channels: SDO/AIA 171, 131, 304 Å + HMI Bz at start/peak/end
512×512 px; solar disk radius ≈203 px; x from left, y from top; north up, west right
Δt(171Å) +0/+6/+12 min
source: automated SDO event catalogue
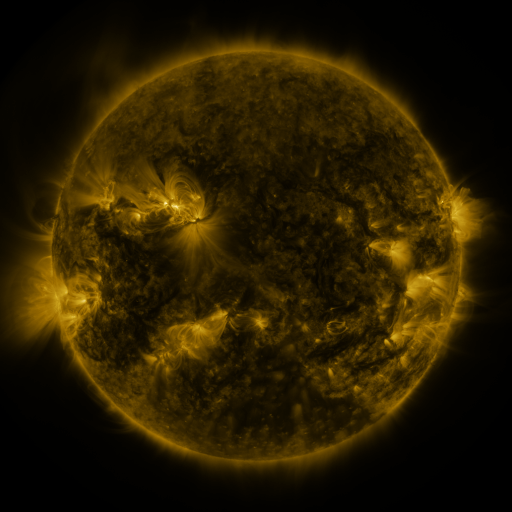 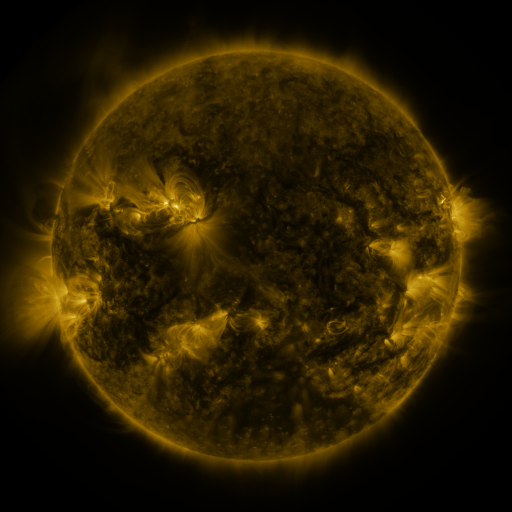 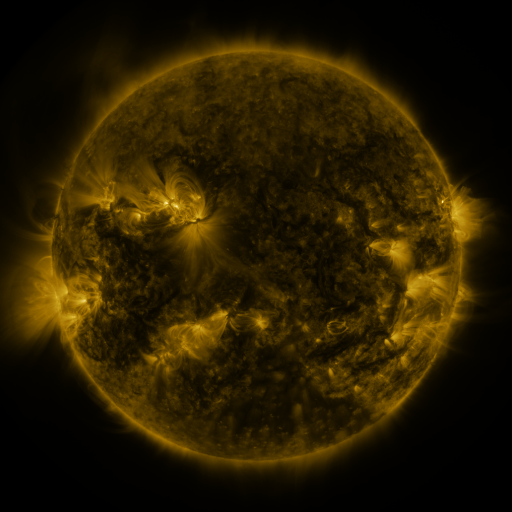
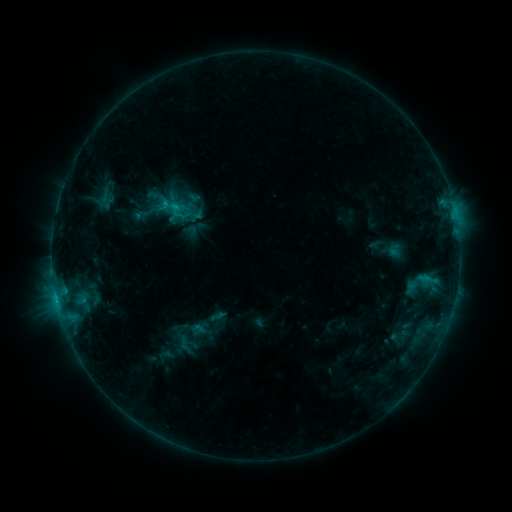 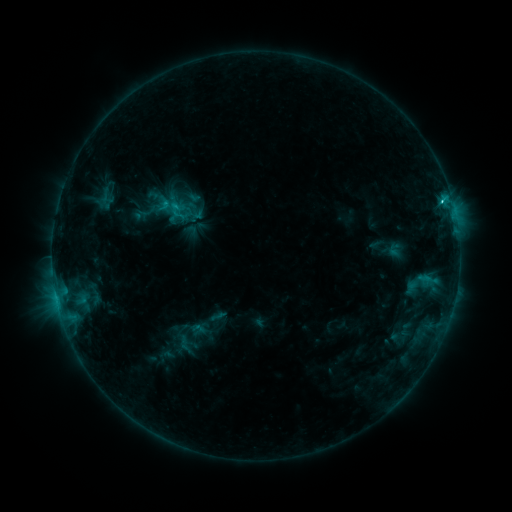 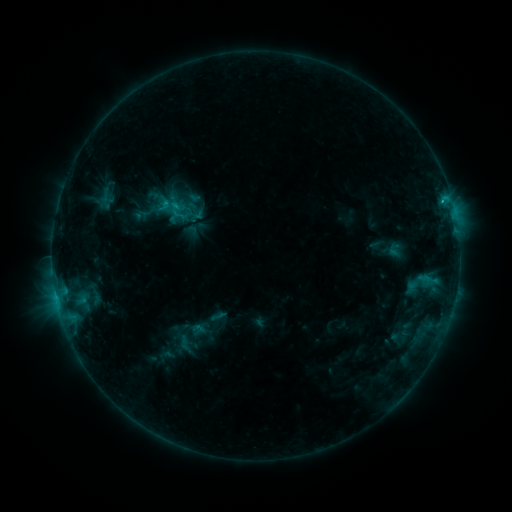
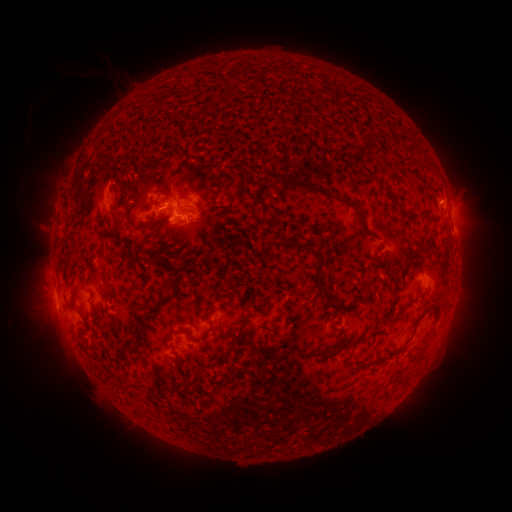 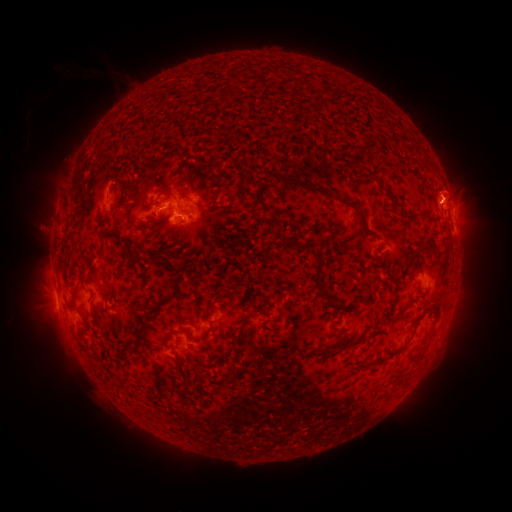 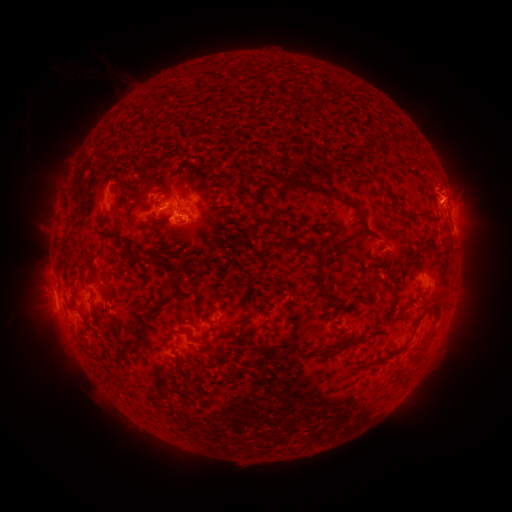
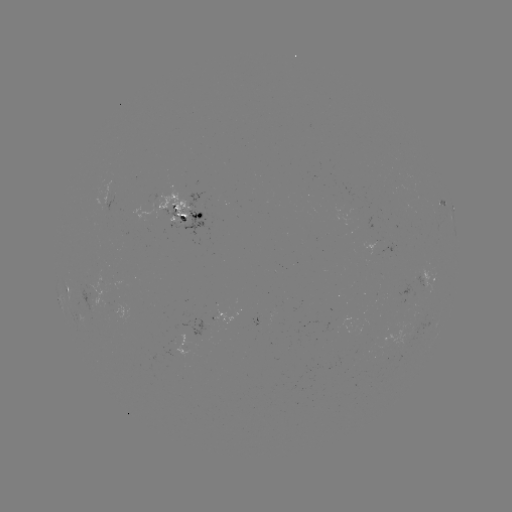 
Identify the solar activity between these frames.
eruption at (452, 183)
